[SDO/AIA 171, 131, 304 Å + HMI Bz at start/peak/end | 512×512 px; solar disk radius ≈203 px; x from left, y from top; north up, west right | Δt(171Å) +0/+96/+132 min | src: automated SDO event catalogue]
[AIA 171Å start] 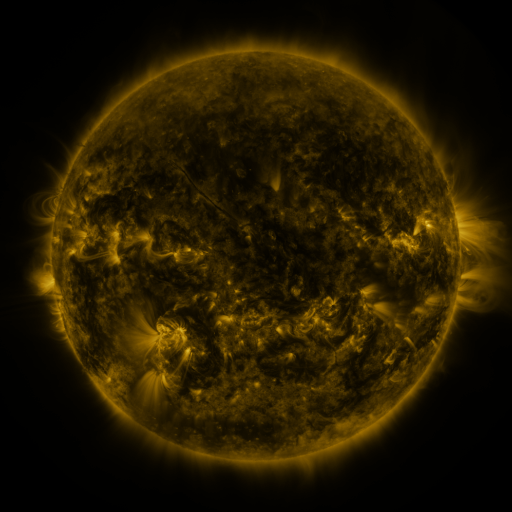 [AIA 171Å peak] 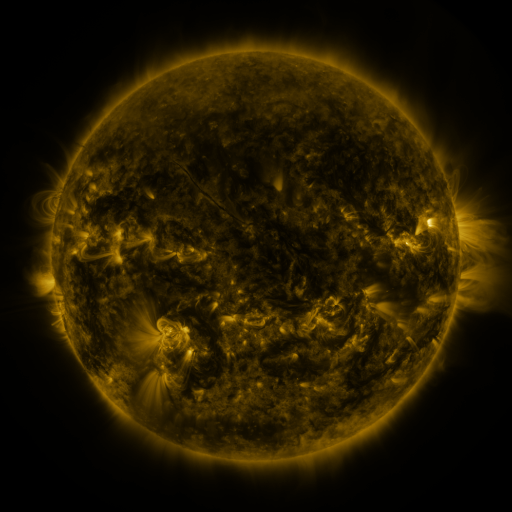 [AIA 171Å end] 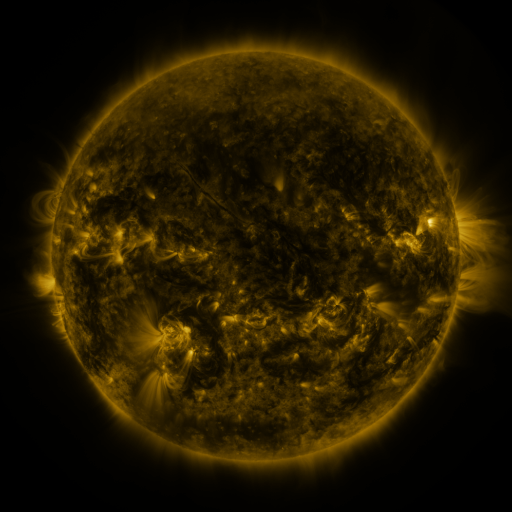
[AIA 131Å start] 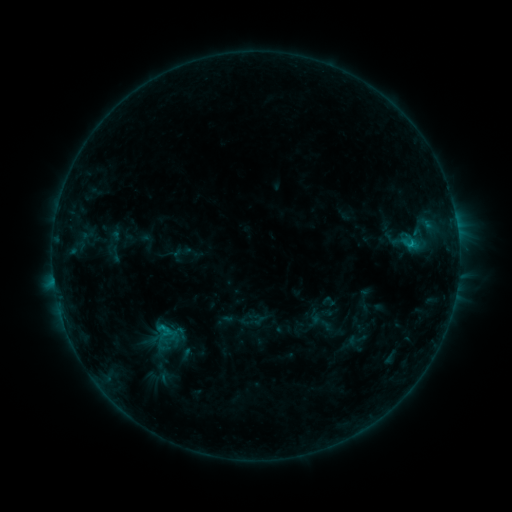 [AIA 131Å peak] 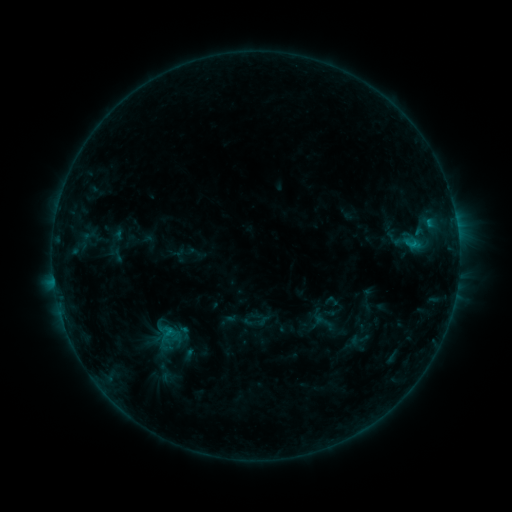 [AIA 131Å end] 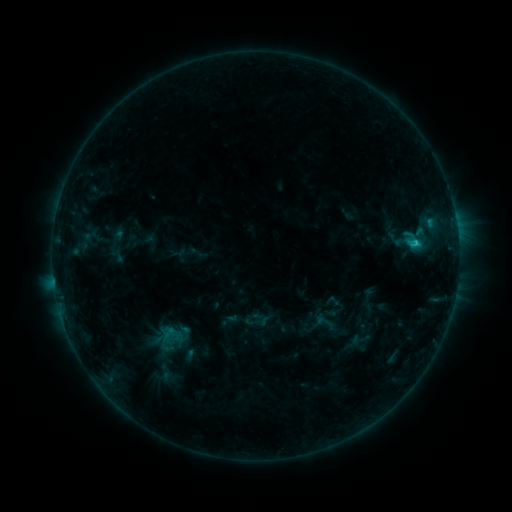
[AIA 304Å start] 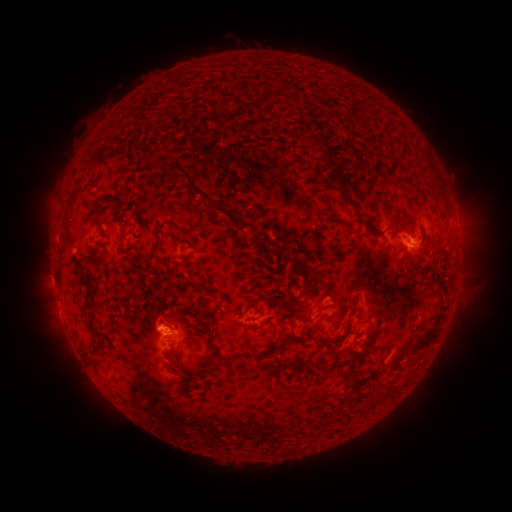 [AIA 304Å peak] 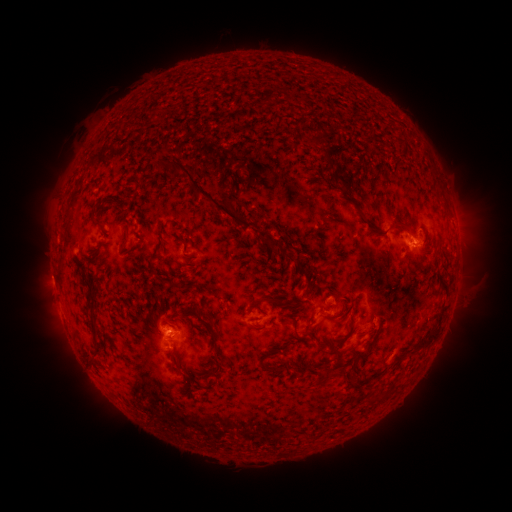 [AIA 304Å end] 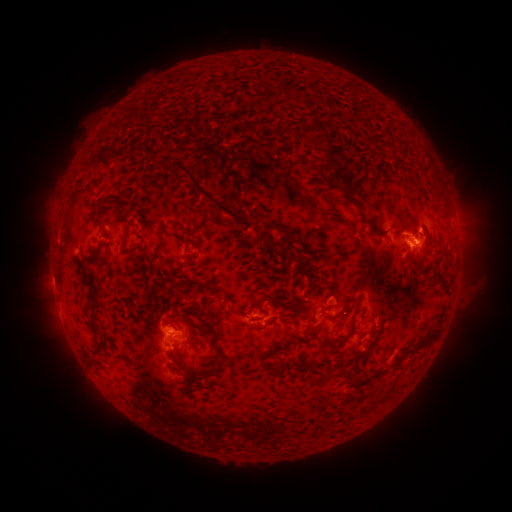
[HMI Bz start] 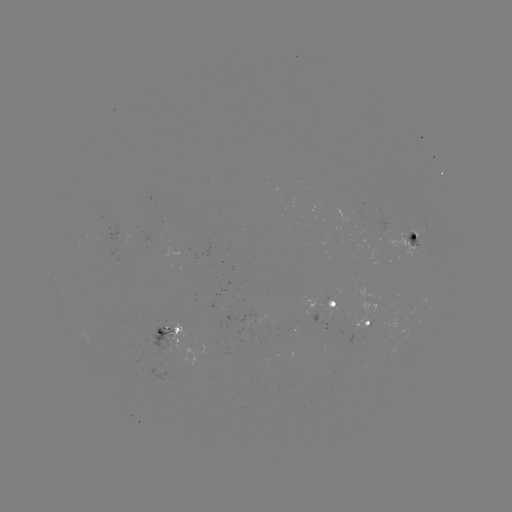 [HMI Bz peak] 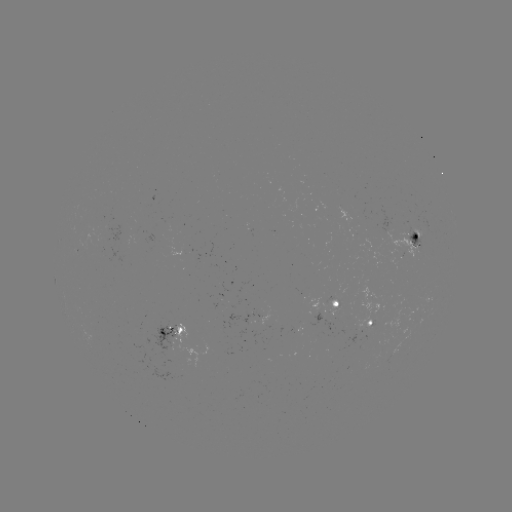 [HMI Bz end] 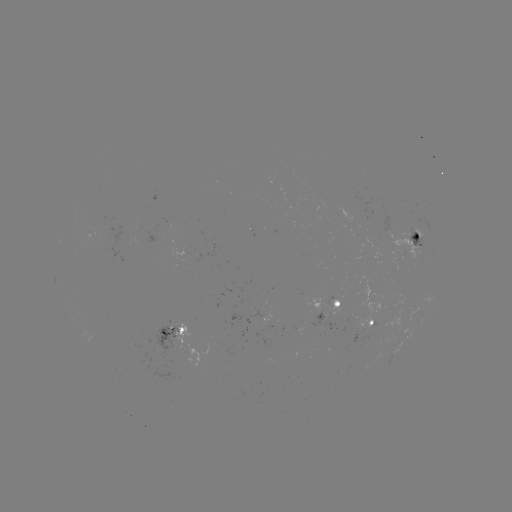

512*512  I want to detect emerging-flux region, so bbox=[406, 228, 422, 247].